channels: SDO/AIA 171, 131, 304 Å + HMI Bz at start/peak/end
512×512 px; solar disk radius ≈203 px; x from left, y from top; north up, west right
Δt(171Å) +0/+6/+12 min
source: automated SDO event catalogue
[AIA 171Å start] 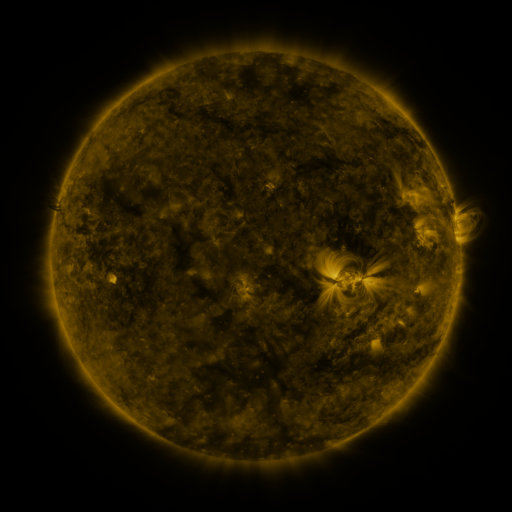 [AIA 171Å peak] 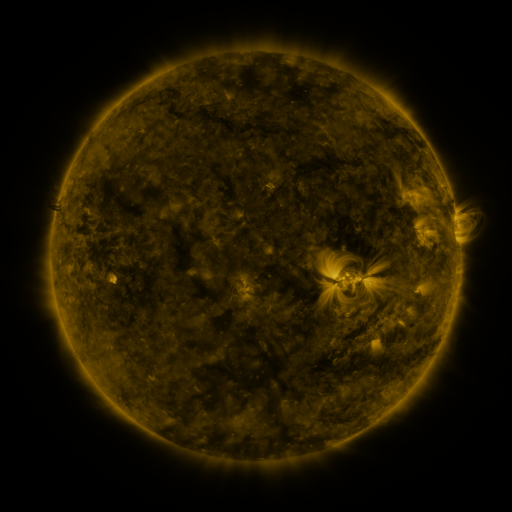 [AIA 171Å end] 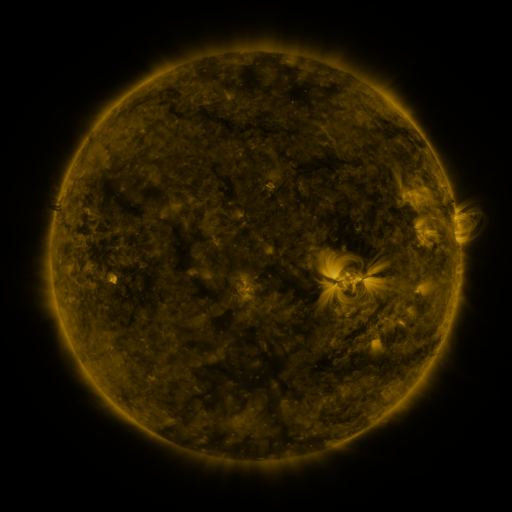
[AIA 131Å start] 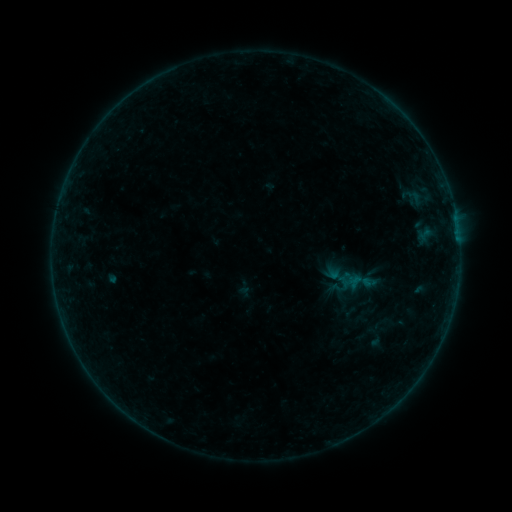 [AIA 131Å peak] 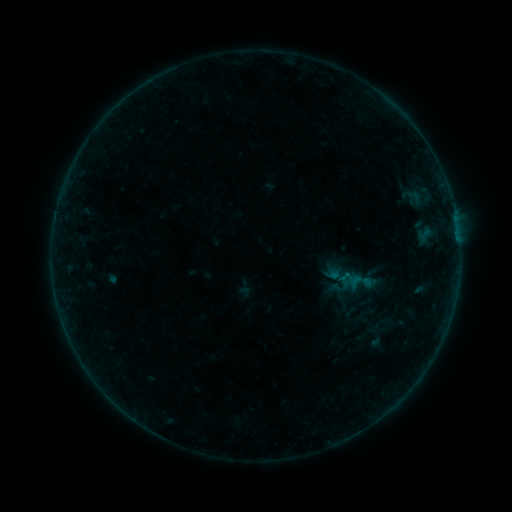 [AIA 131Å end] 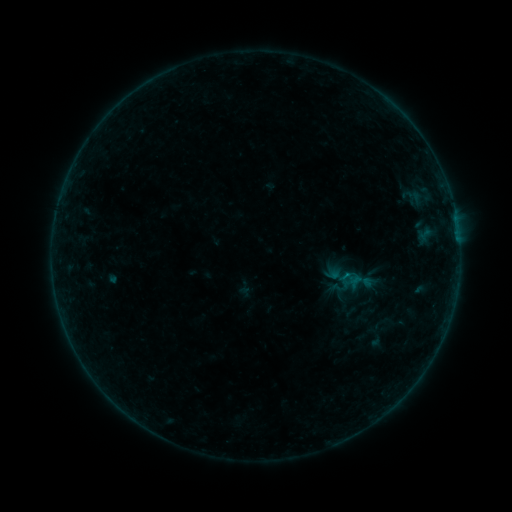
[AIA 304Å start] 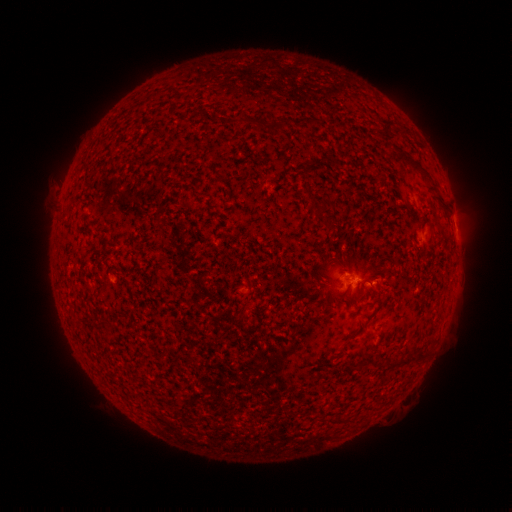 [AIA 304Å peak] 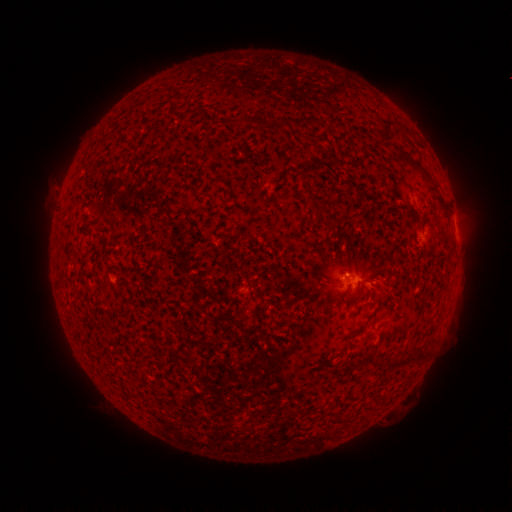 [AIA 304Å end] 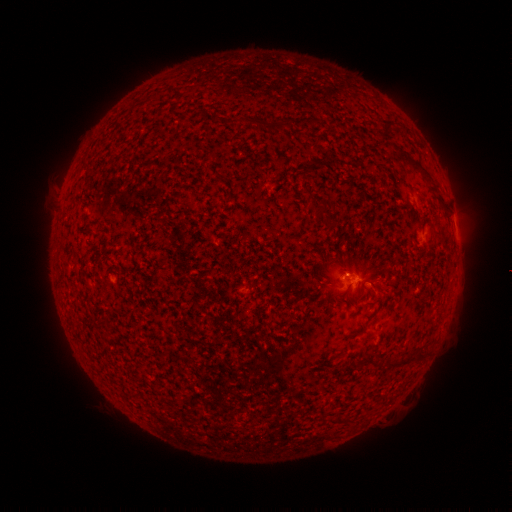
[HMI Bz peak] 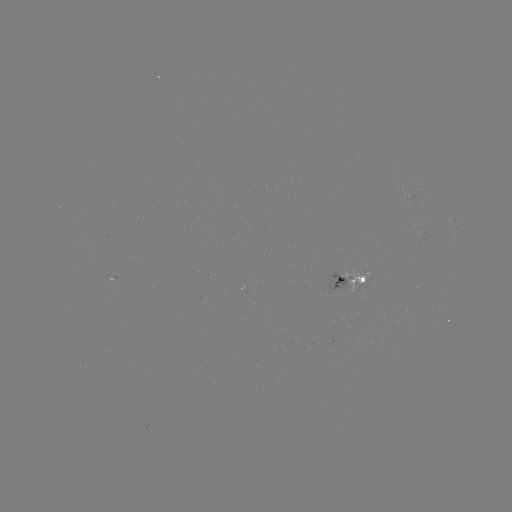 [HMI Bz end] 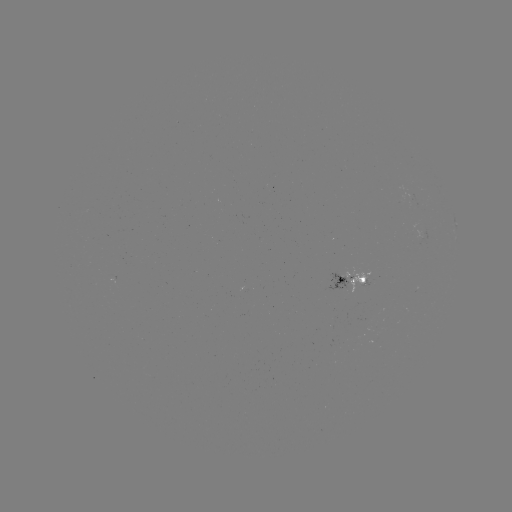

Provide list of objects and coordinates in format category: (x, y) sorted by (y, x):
B2.5 flare: (345, 274)
